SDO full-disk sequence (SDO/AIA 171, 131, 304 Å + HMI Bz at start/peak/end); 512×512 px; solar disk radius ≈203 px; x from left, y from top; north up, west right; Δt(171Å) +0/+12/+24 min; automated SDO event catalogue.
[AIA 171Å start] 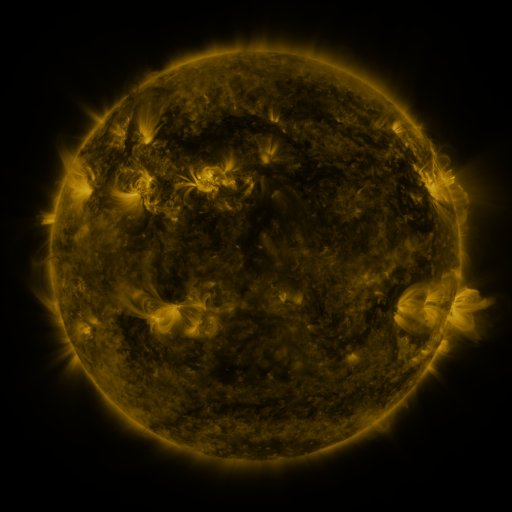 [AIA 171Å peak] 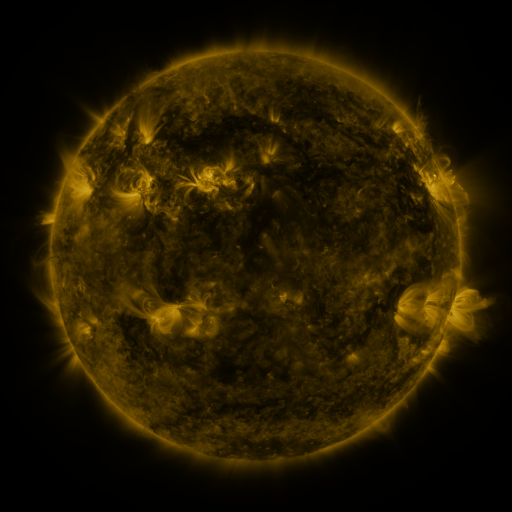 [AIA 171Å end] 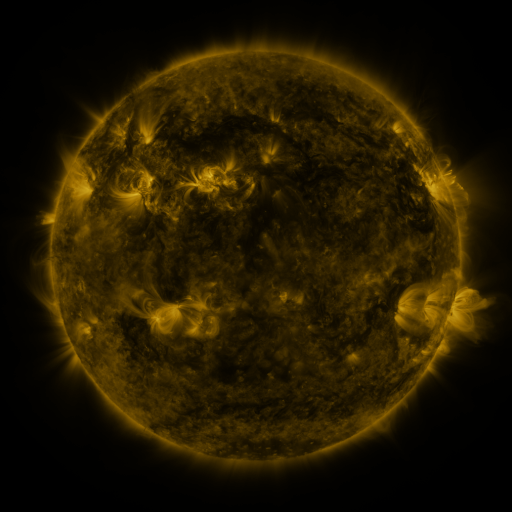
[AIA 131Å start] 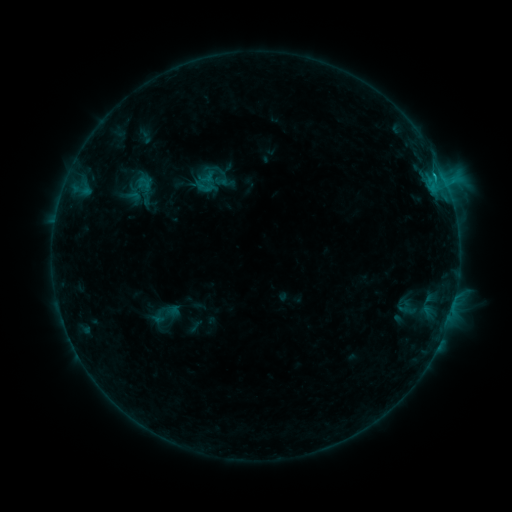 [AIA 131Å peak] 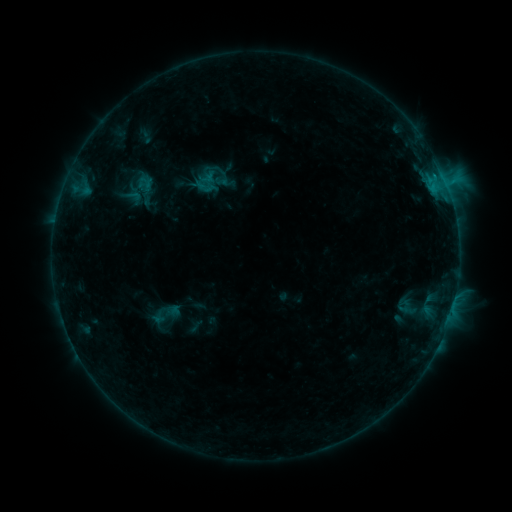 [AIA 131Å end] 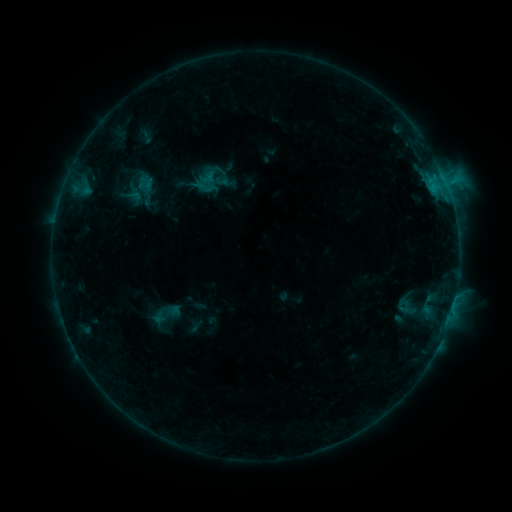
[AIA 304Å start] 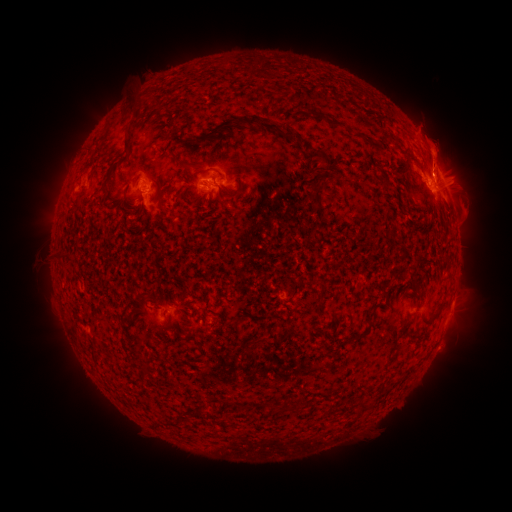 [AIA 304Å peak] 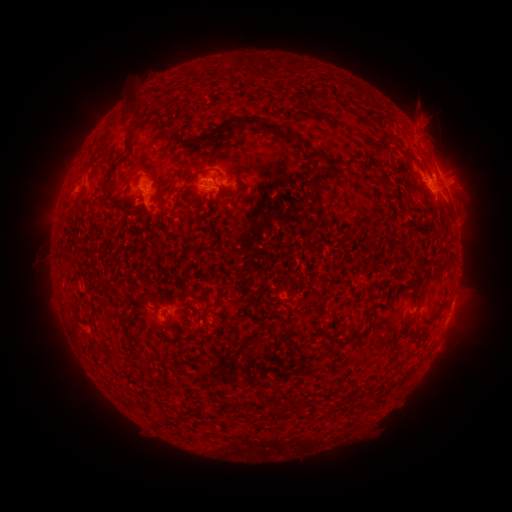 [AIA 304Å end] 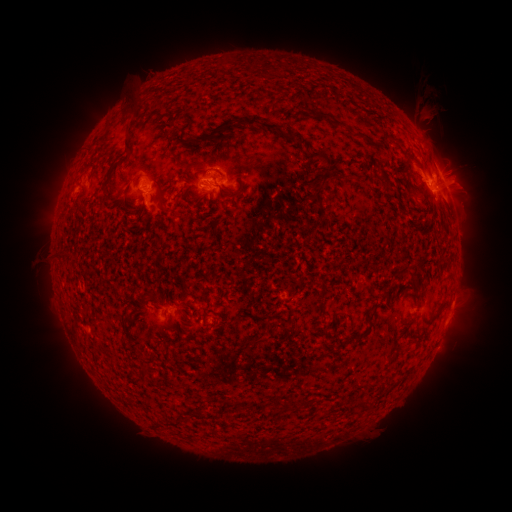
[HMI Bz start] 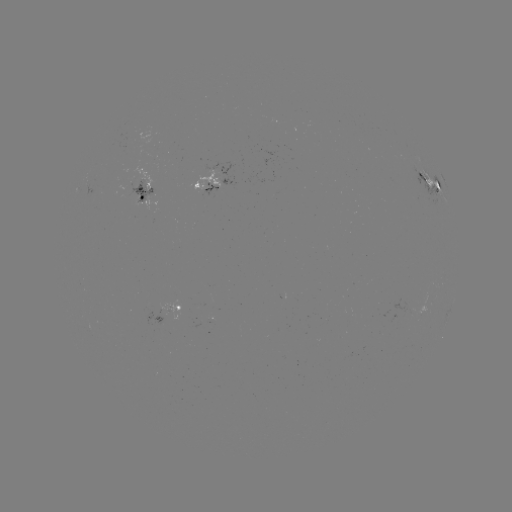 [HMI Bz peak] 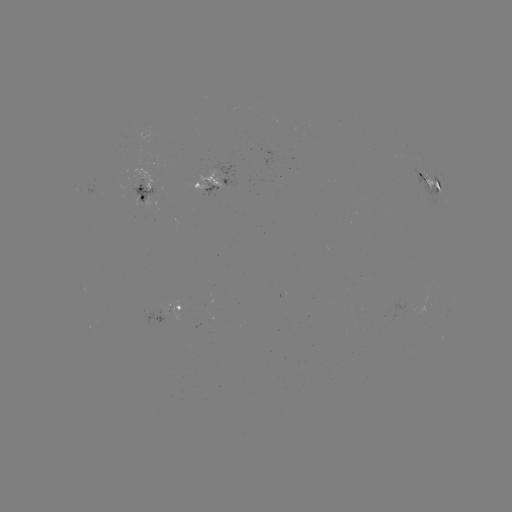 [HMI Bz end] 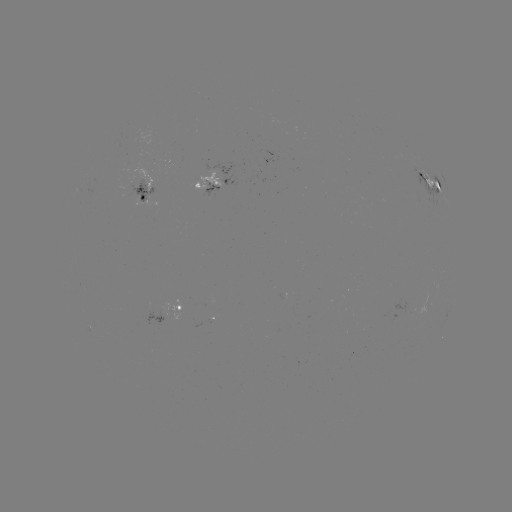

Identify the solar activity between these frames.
eruption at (425, 119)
